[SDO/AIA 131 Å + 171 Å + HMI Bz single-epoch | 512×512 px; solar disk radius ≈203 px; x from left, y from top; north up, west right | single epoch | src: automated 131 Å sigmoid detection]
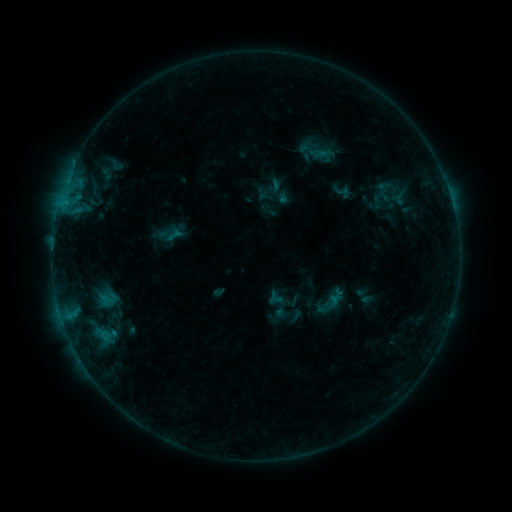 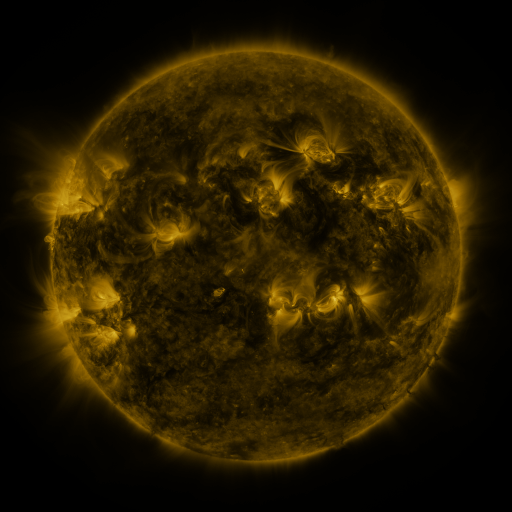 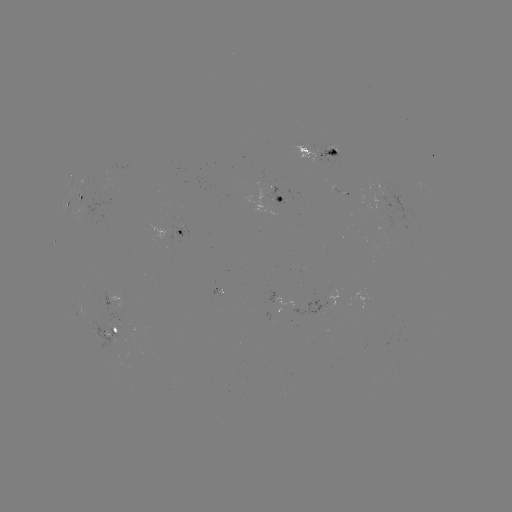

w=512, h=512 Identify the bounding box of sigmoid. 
[371, 182, 397, 203].